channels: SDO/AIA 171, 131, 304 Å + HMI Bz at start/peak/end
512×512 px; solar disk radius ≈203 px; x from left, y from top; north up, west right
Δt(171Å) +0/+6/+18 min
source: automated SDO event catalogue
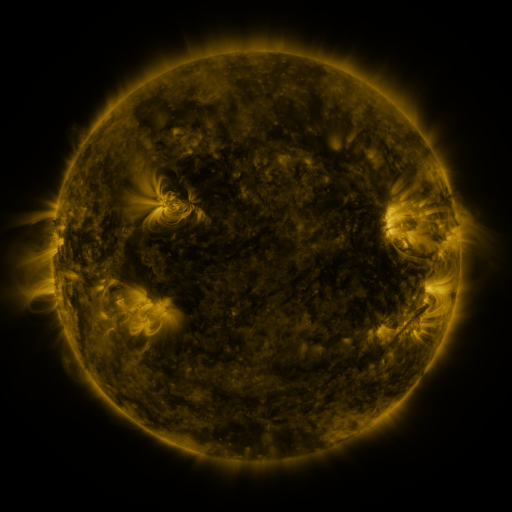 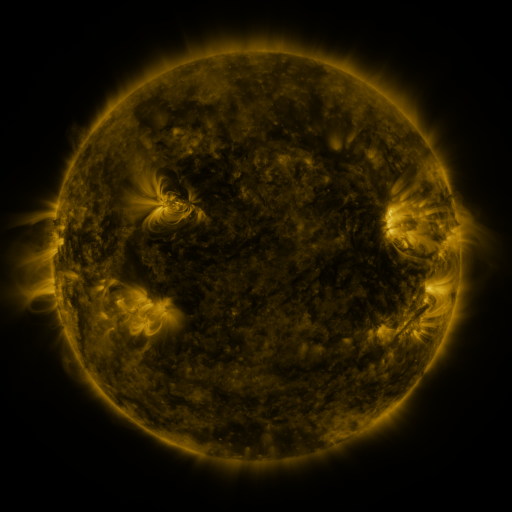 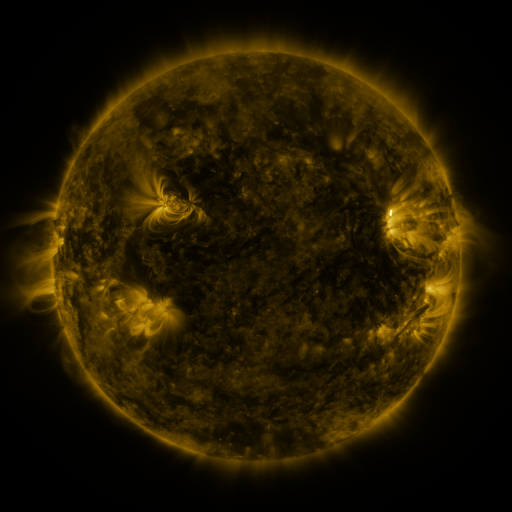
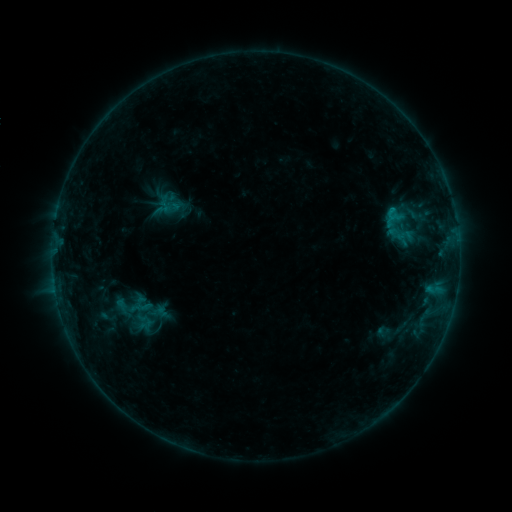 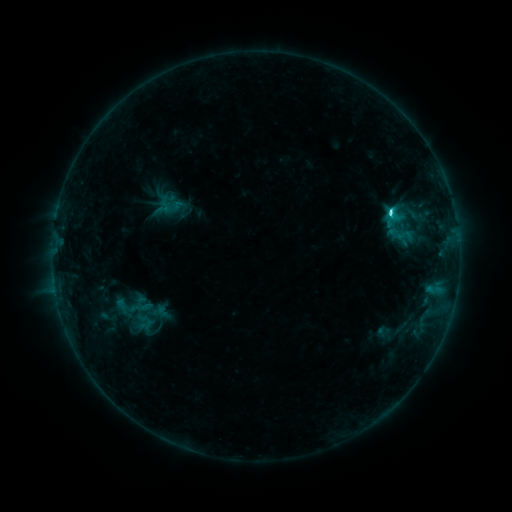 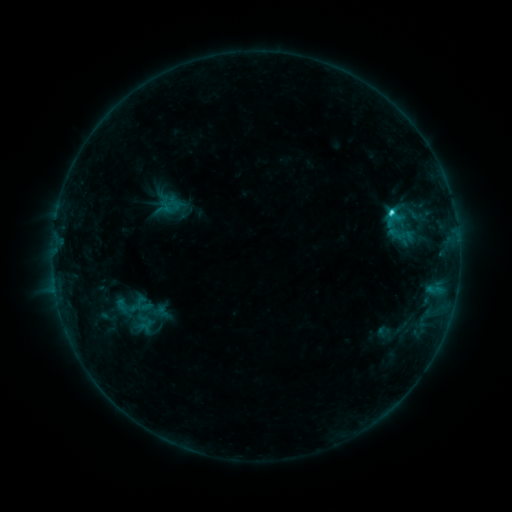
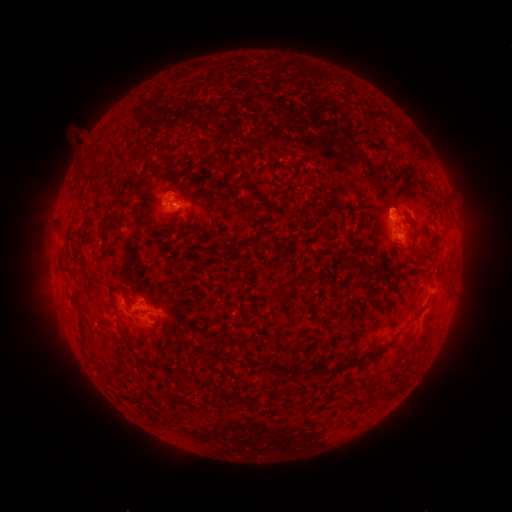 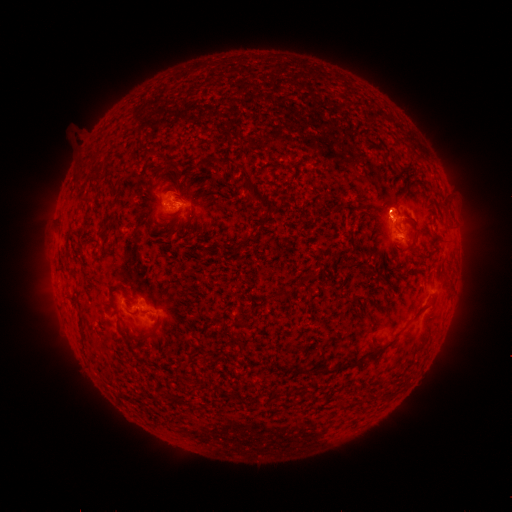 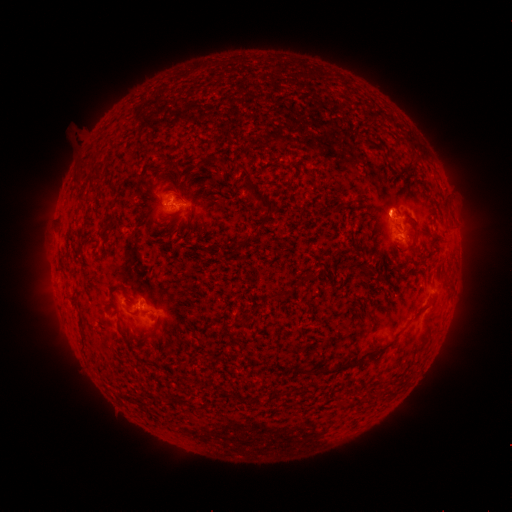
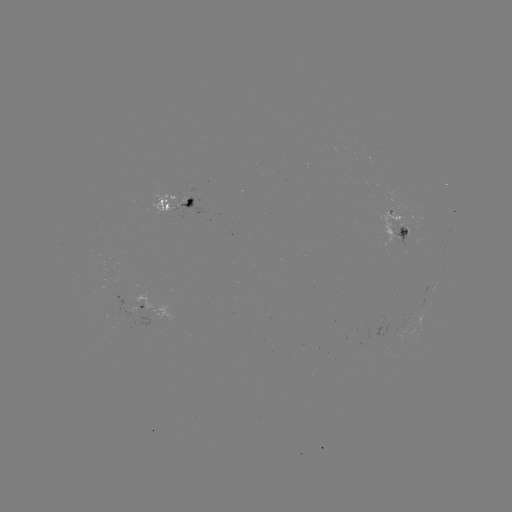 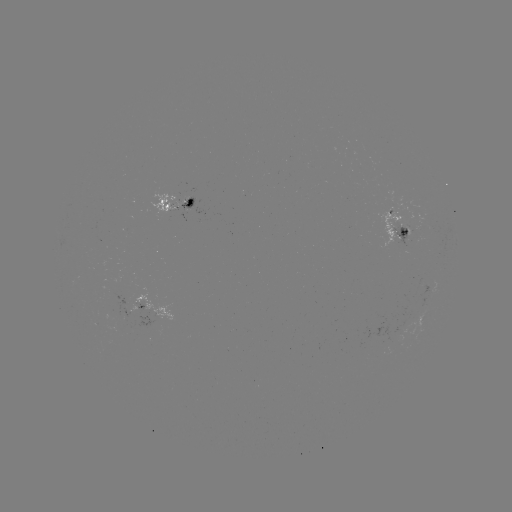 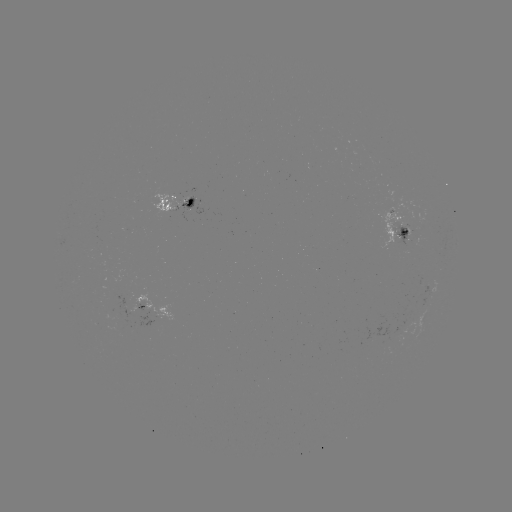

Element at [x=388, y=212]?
C2.8 flare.